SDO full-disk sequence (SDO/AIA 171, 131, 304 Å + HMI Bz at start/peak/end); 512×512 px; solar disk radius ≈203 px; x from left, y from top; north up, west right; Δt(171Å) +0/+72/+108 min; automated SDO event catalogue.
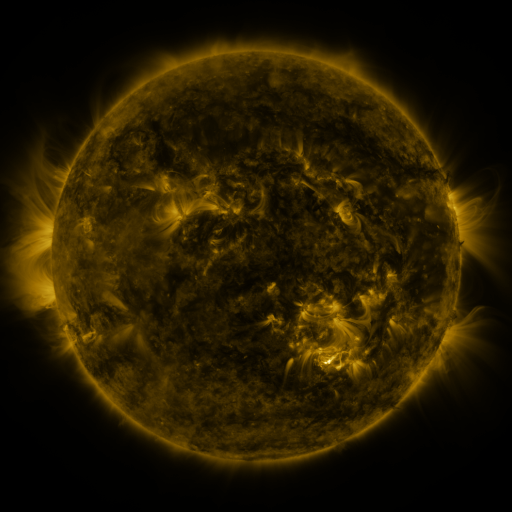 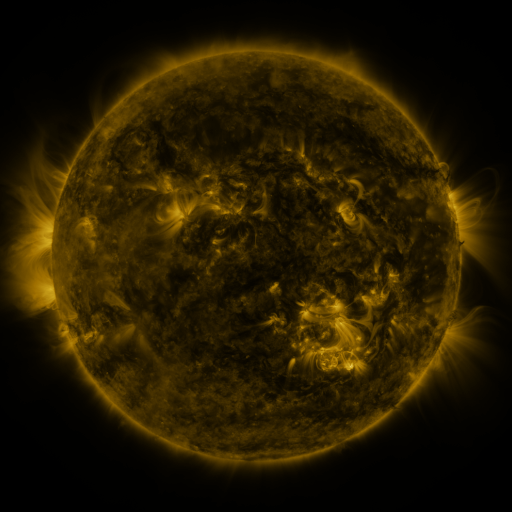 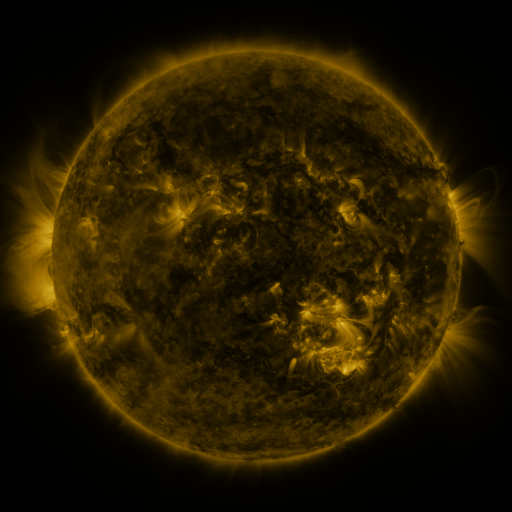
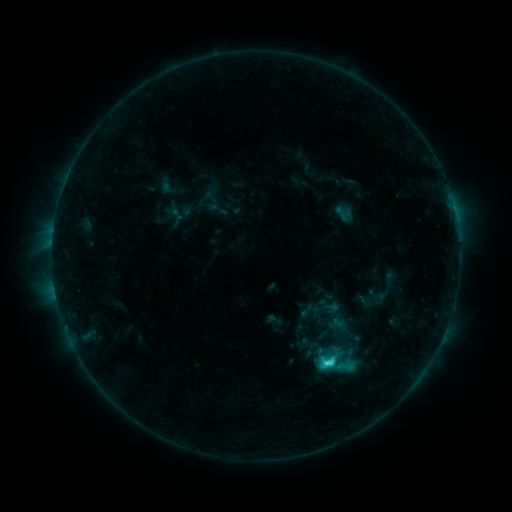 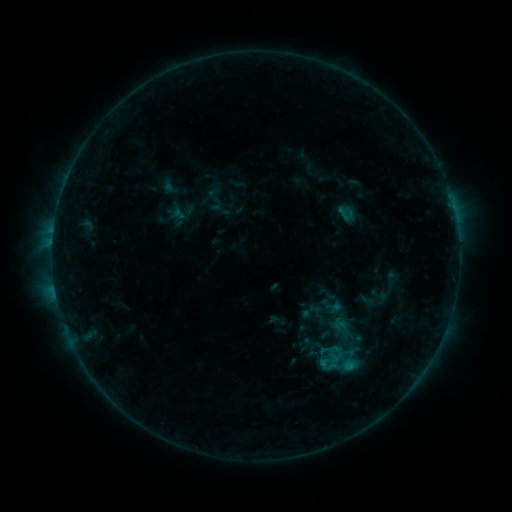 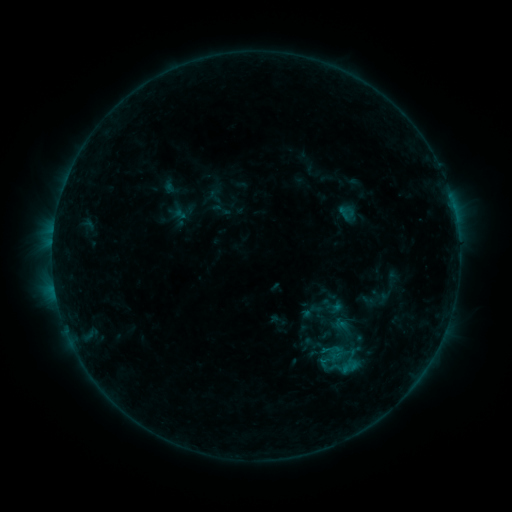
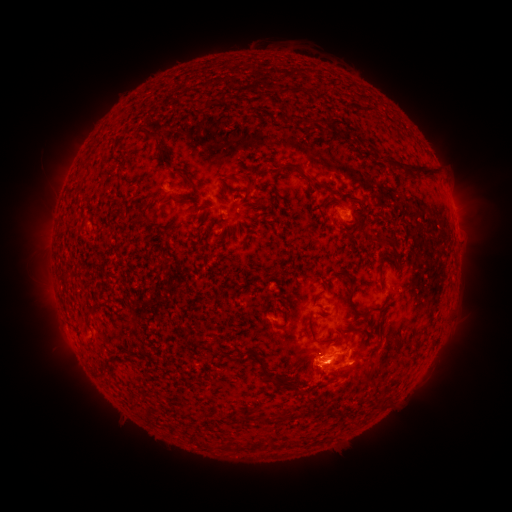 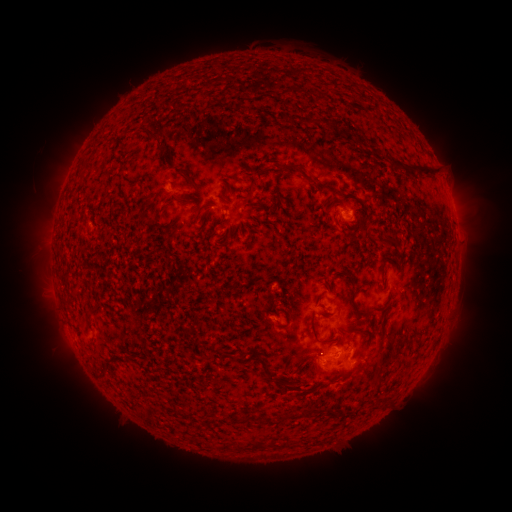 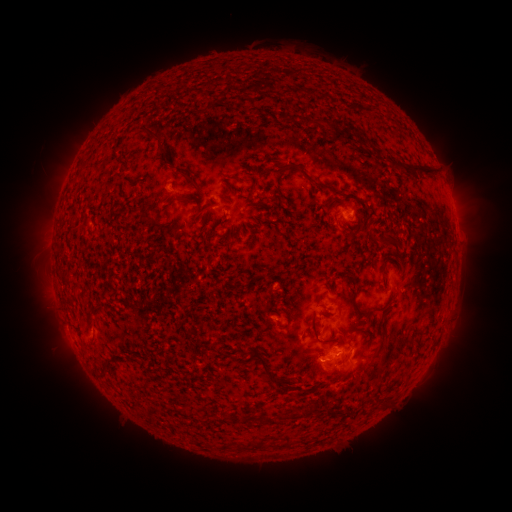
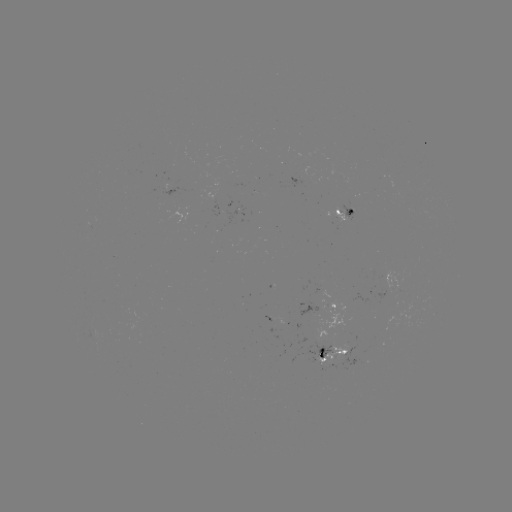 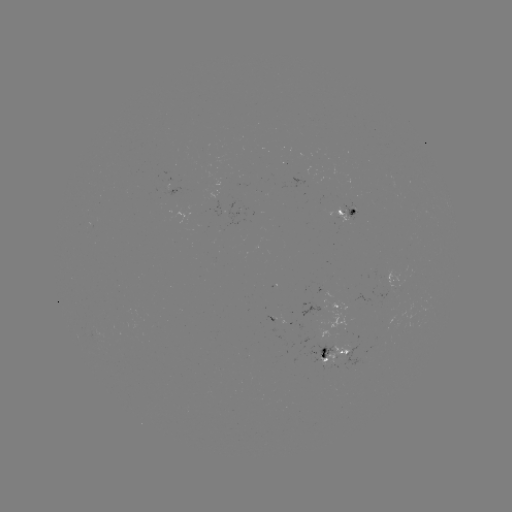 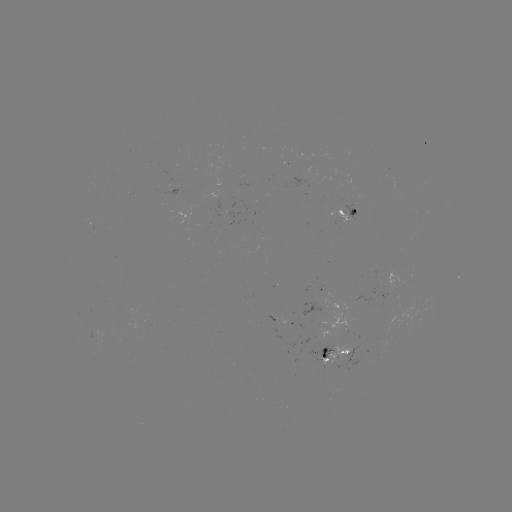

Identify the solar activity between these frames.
emerging-flux region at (337, 359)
